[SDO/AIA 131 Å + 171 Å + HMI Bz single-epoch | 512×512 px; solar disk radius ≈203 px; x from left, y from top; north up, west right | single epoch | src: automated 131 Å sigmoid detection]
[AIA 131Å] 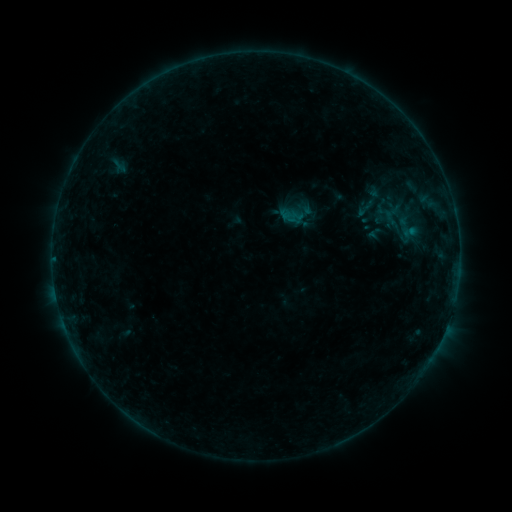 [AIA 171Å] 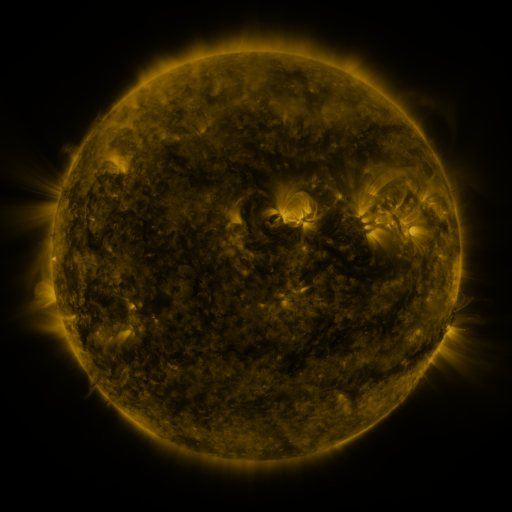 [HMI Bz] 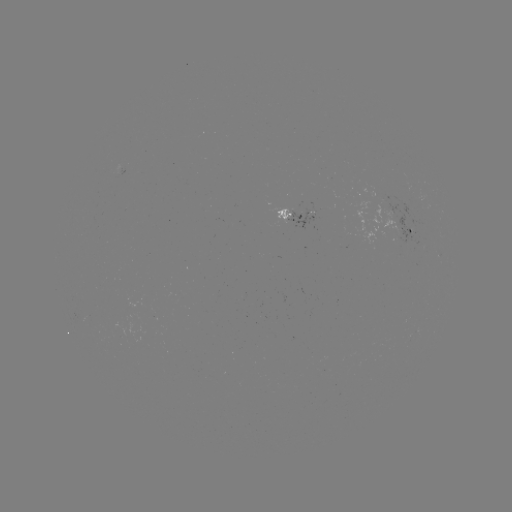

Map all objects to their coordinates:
sigmoid: (374, 198)
